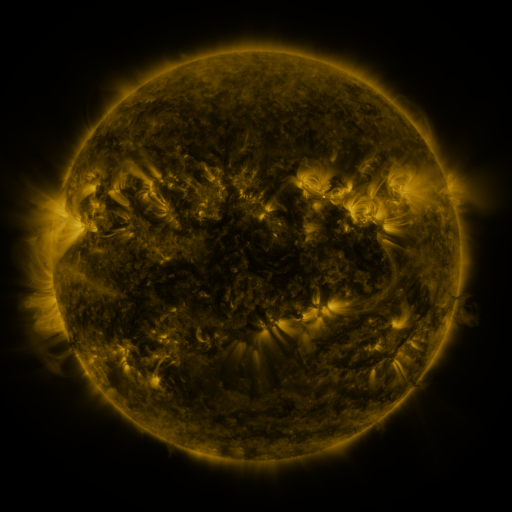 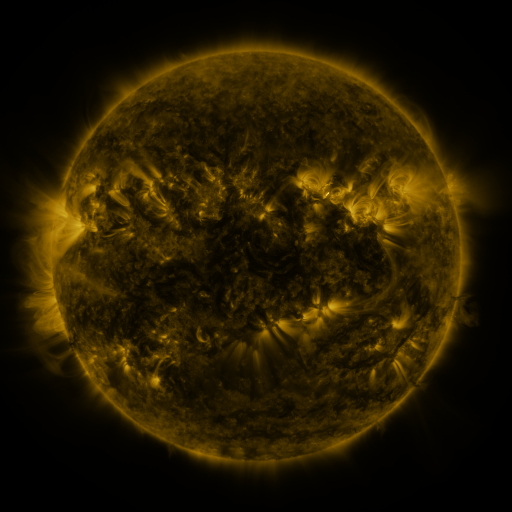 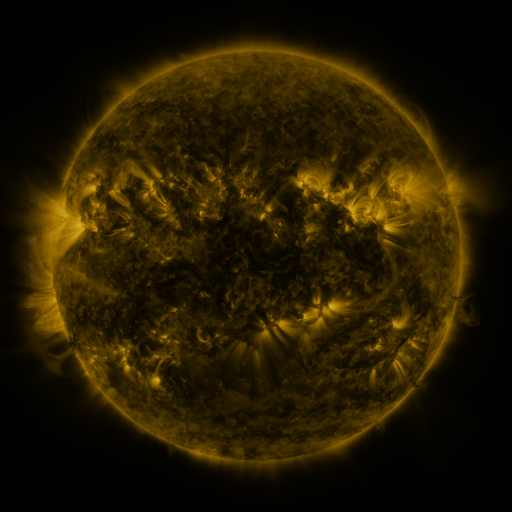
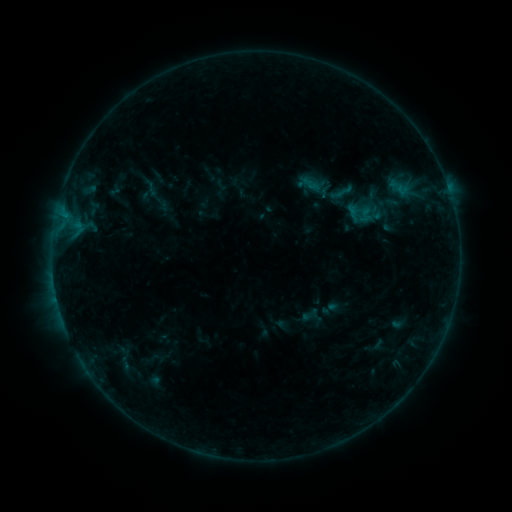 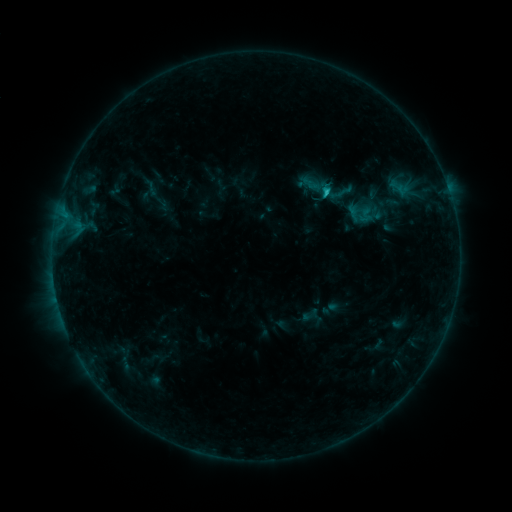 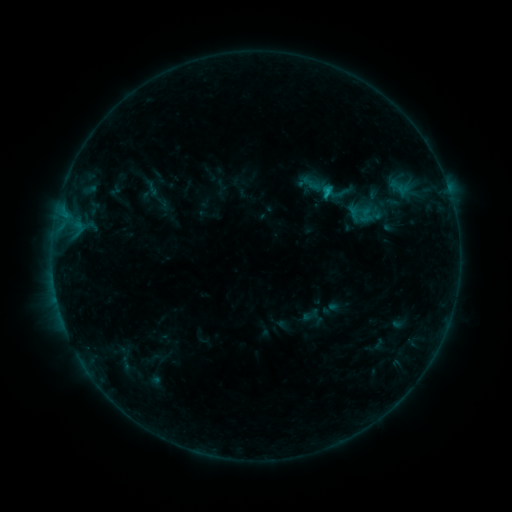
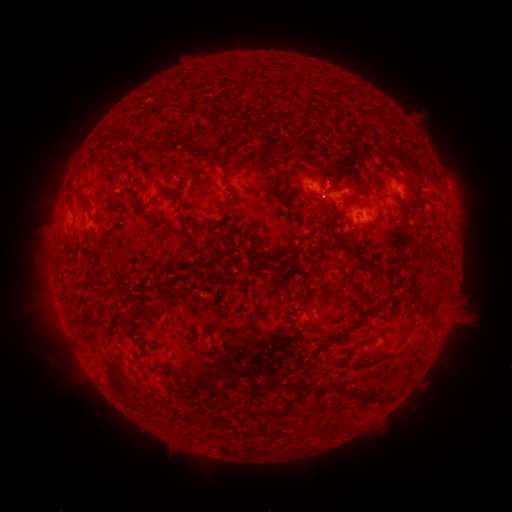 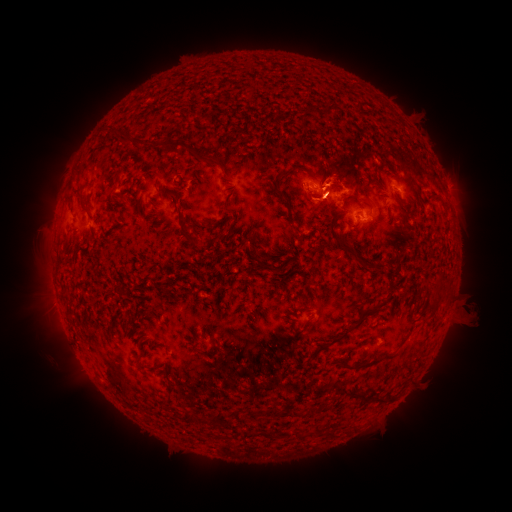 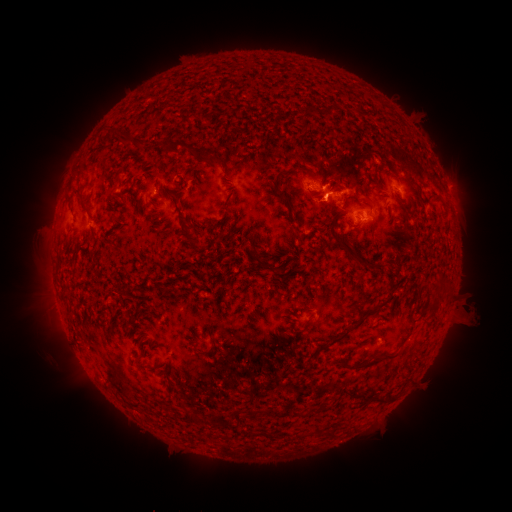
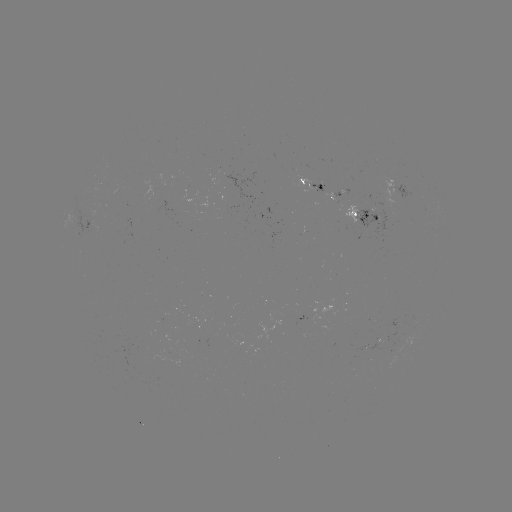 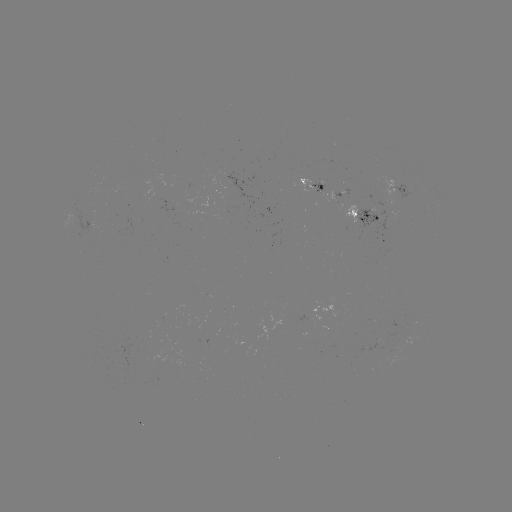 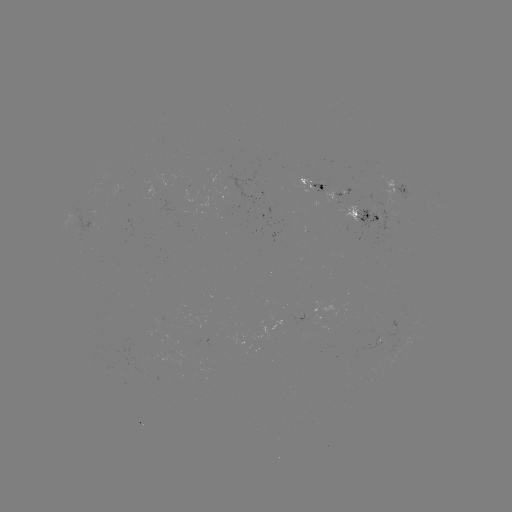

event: flare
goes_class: C1.2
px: (325, 193)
